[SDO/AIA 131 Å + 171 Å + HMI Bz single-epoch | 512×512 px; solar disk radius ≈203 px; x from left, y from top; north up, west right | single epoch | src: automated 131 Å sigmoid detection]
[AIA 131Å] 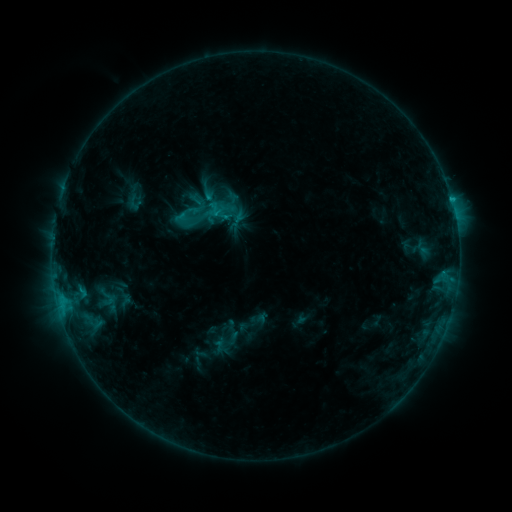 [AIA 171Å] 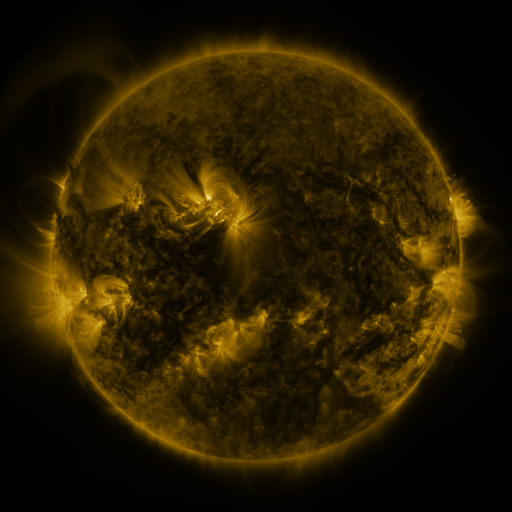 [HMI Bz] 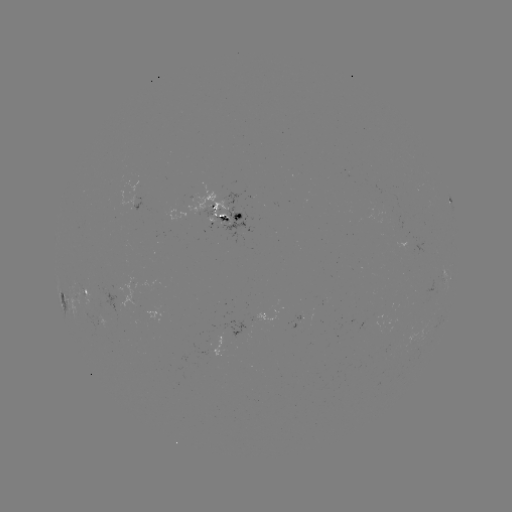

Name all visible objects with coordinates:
sigmoid: (206, 214)
sigmoid: (190, 217)
